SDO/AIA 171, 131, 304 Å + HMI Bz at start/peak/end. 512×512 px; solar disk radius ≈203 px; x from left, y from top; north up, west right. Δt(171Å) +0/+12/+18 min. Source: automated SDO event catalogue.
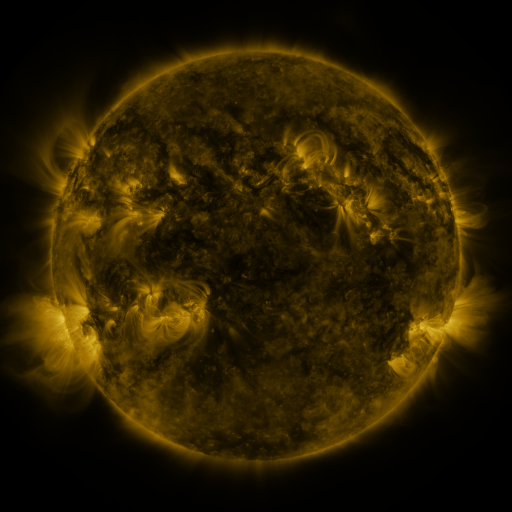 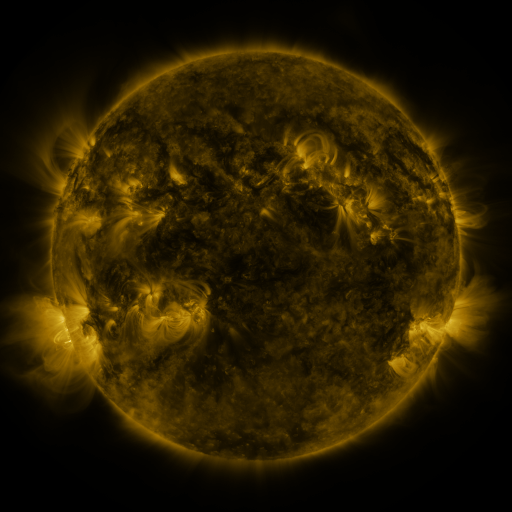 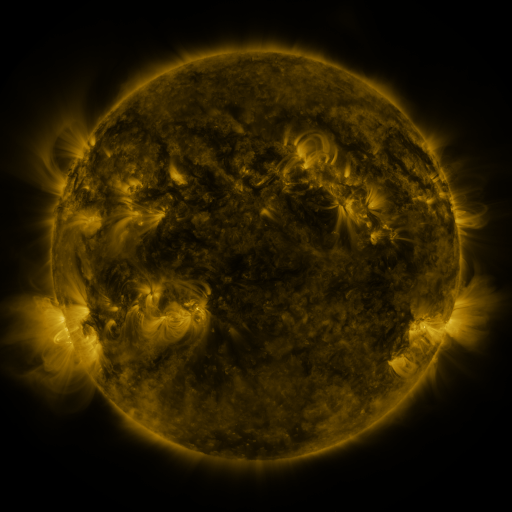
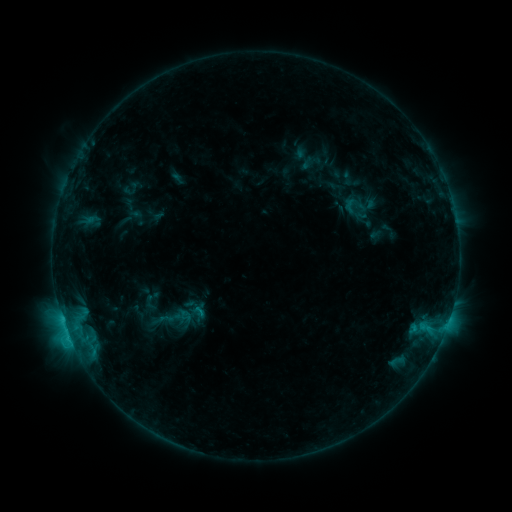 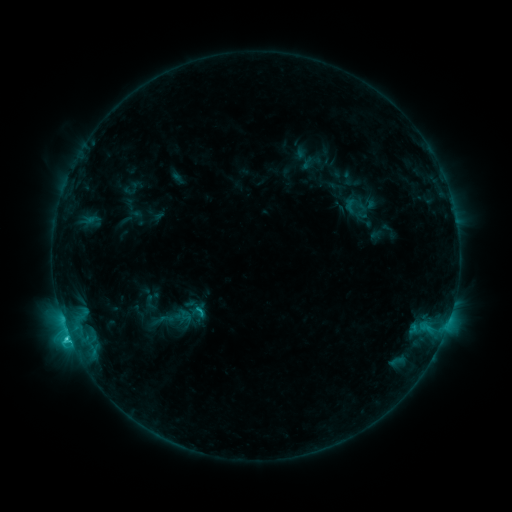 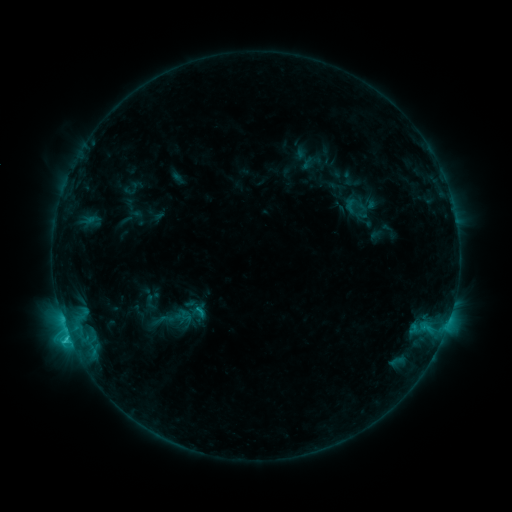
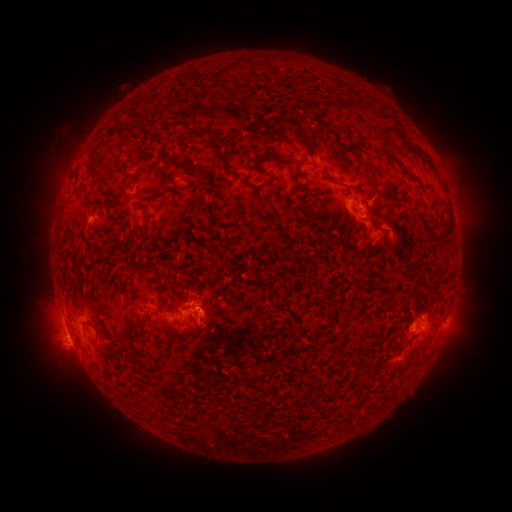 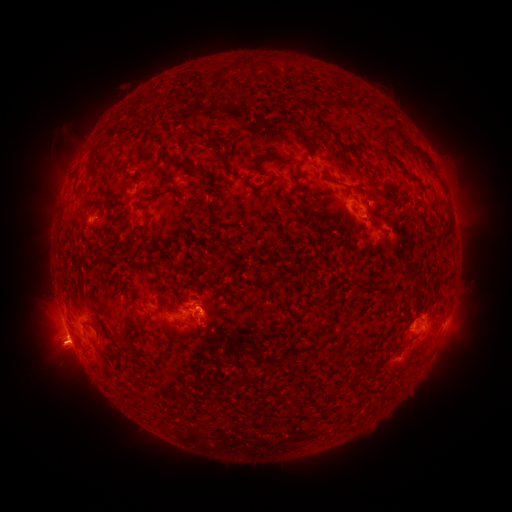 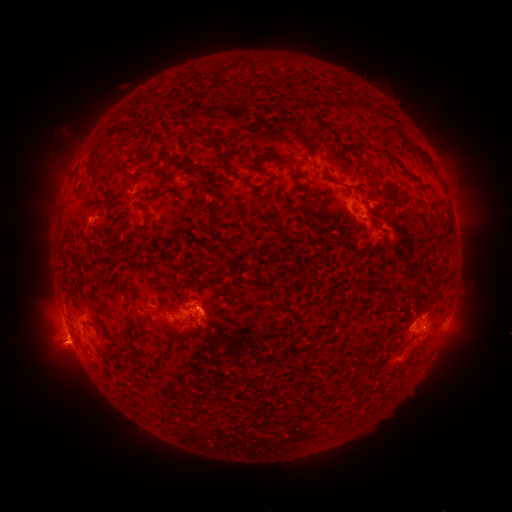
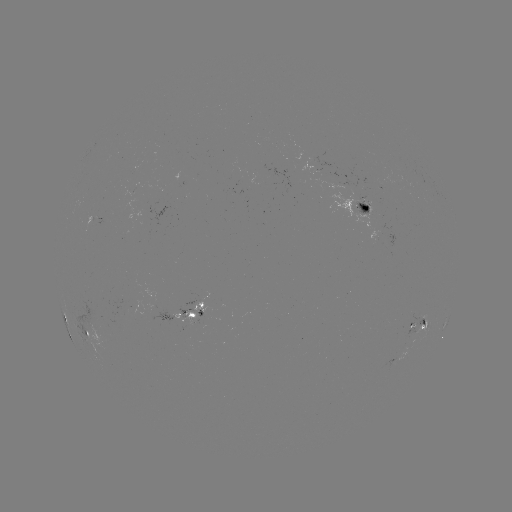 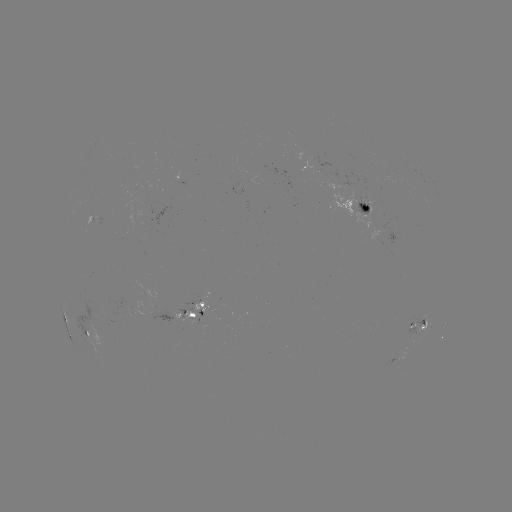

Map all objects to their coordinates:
C2.6 flare: (68, 335)
